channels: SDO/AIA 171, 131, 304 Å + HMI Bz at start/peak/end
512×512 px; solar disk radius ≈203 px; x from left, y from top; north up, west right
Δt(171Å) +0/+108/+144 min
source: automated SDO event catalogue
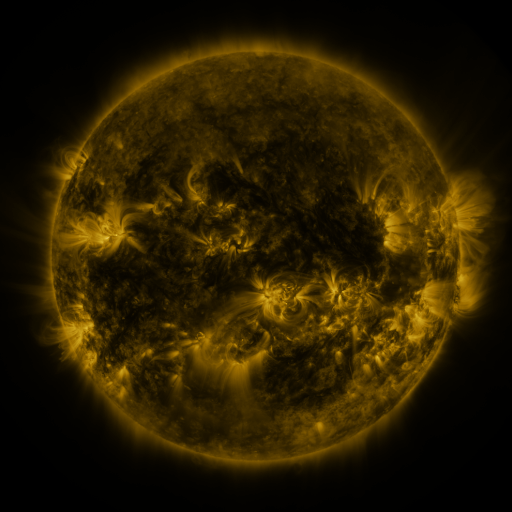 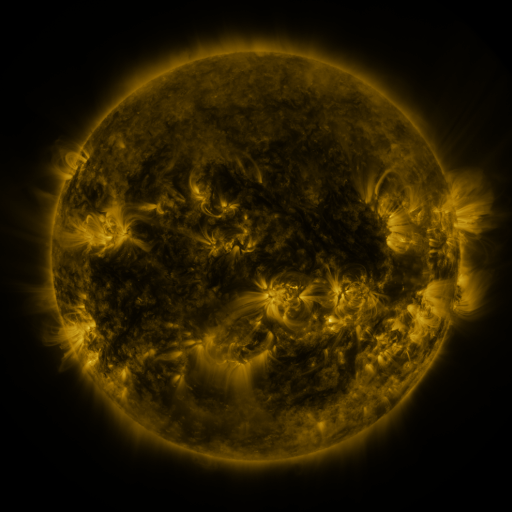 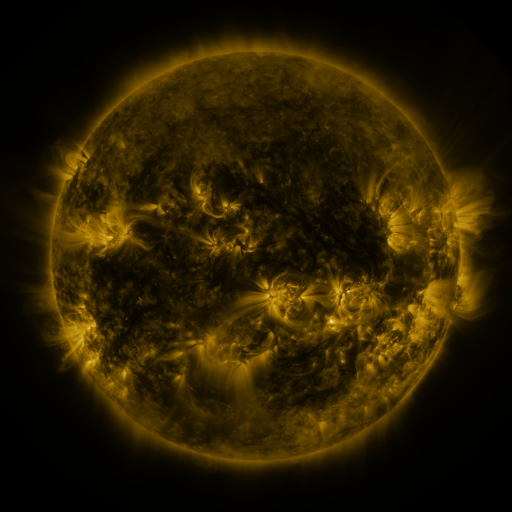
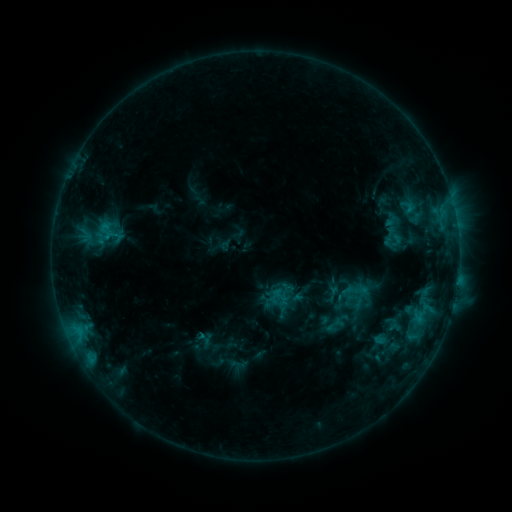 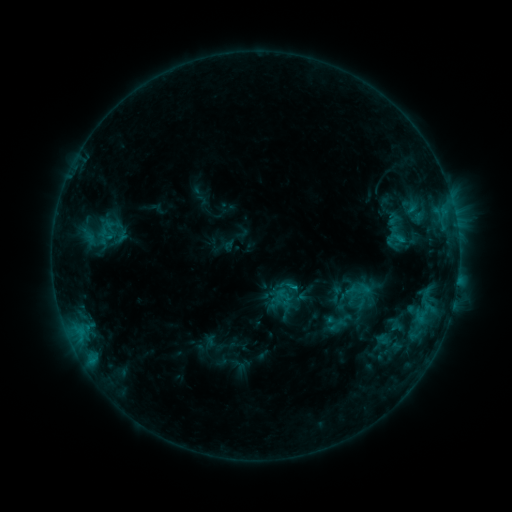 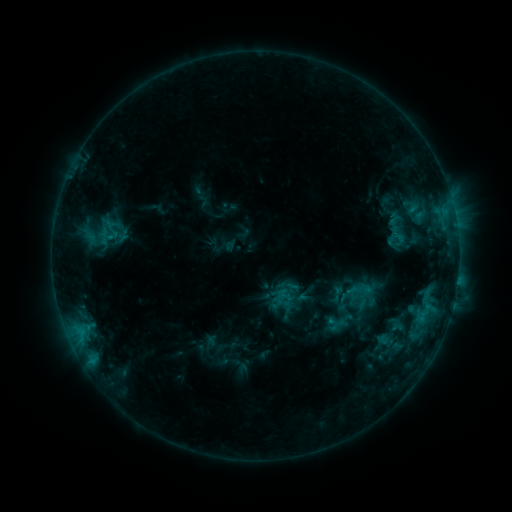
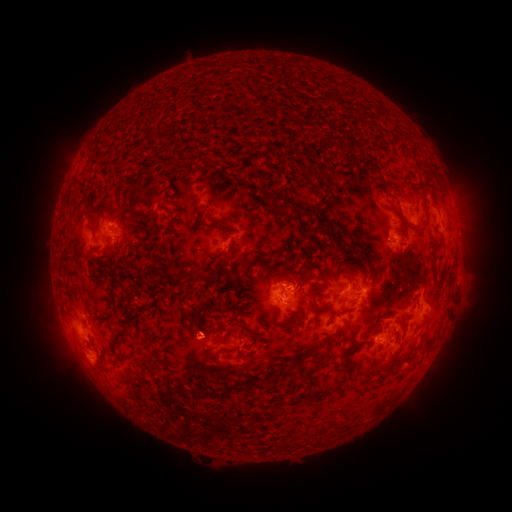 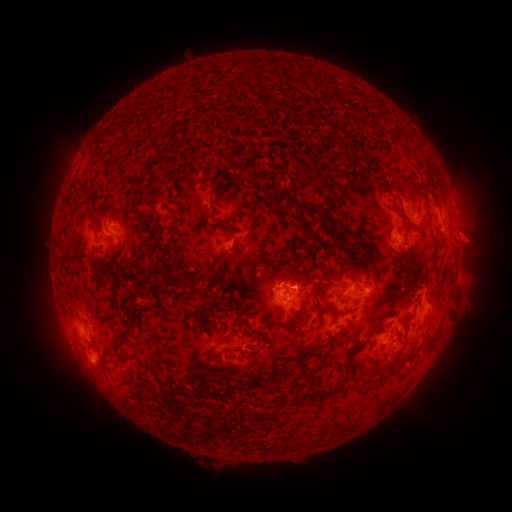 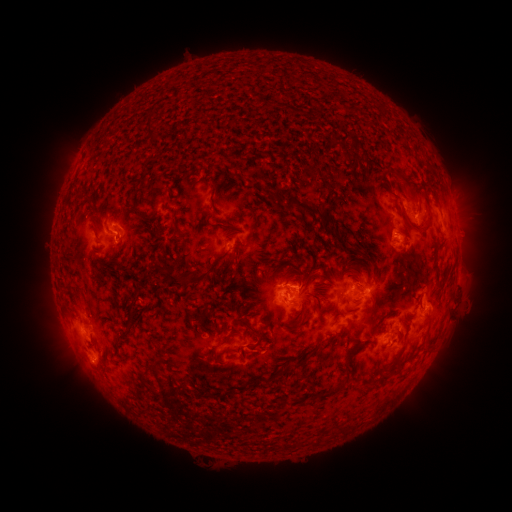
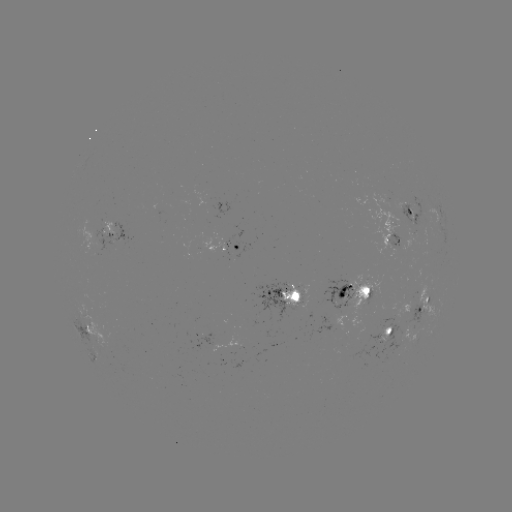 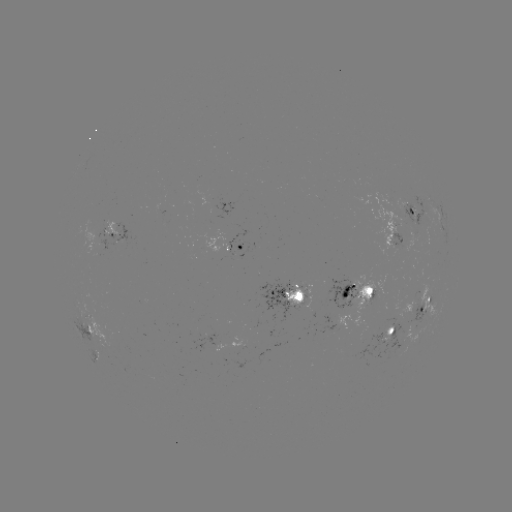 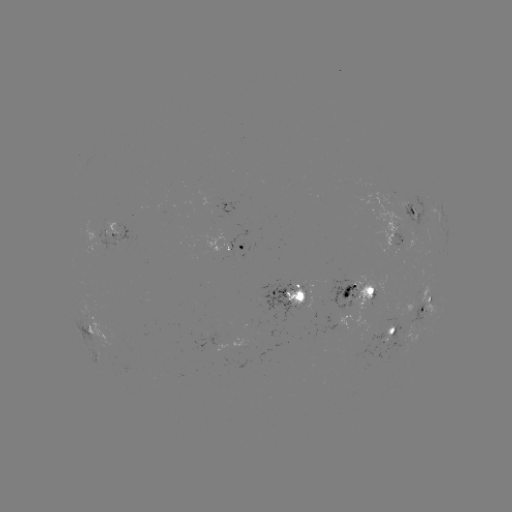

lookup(emerging-flux region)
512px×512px [399, 338]